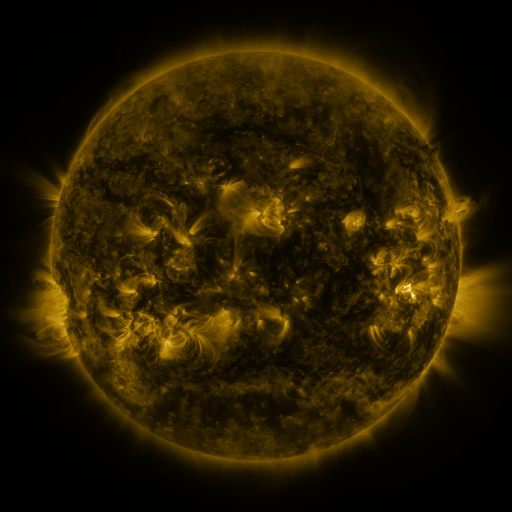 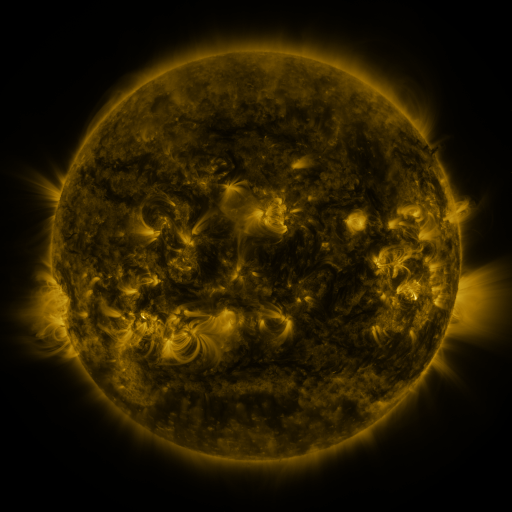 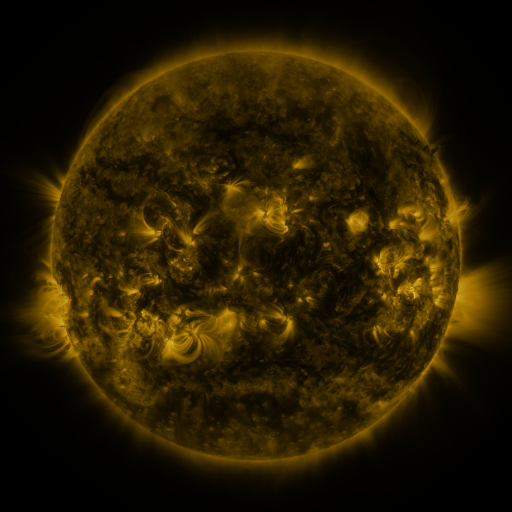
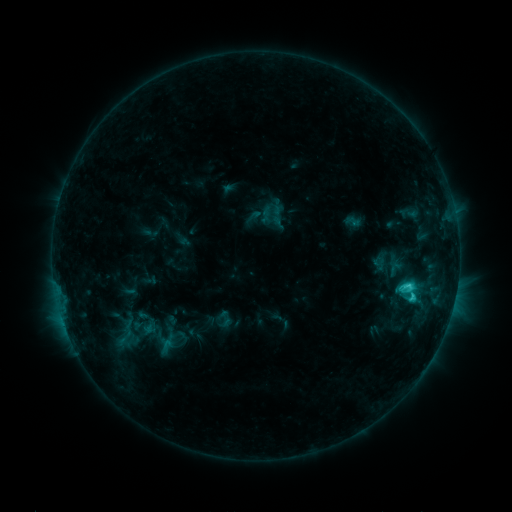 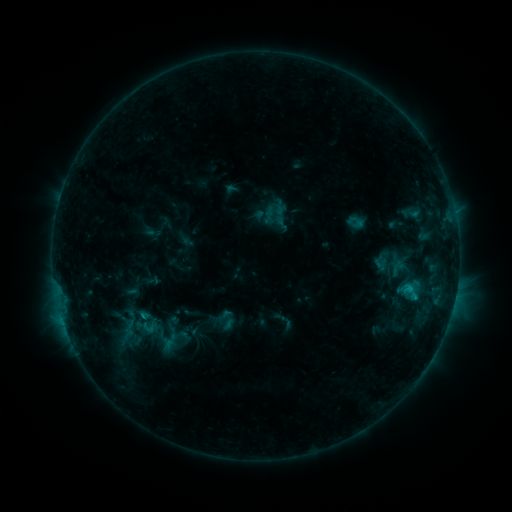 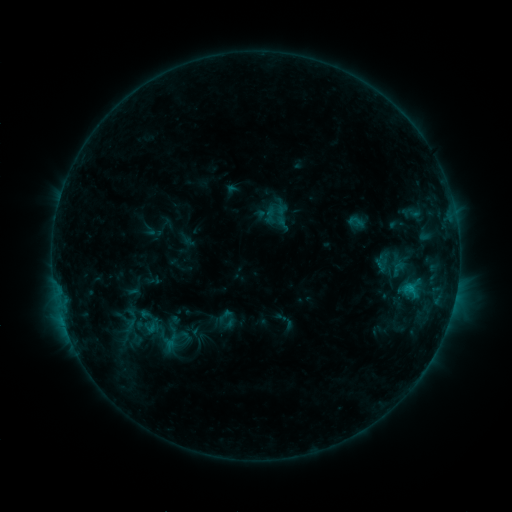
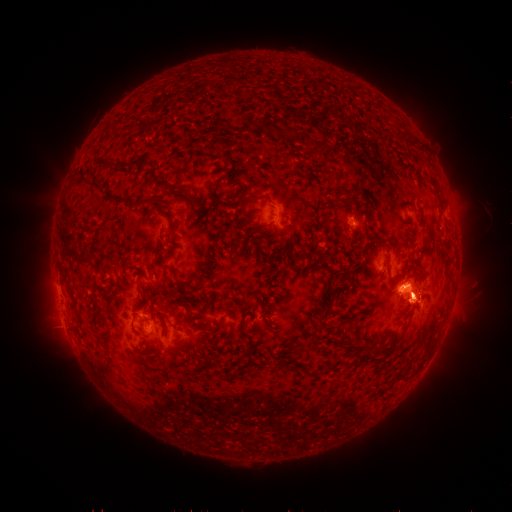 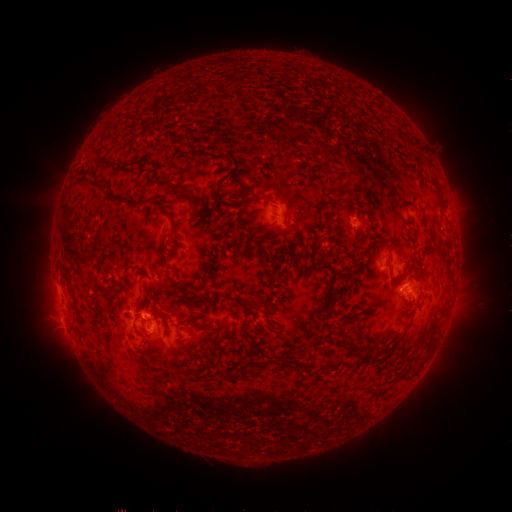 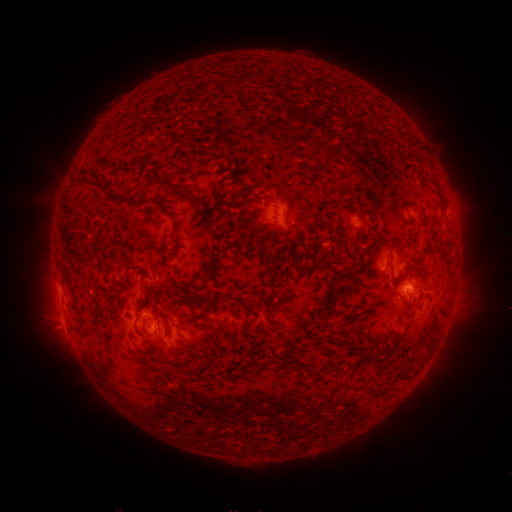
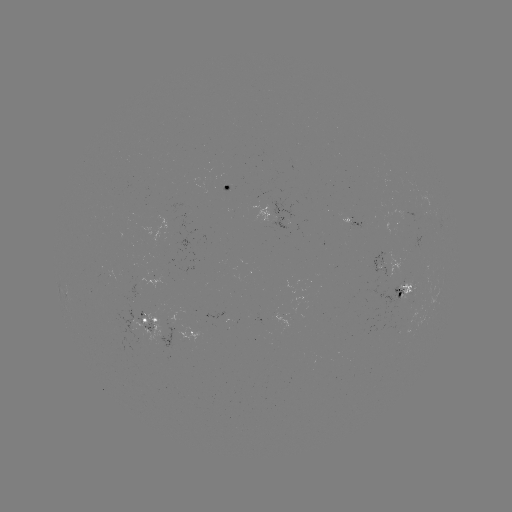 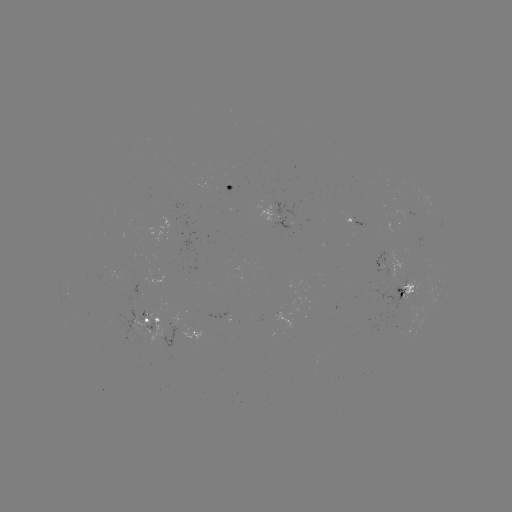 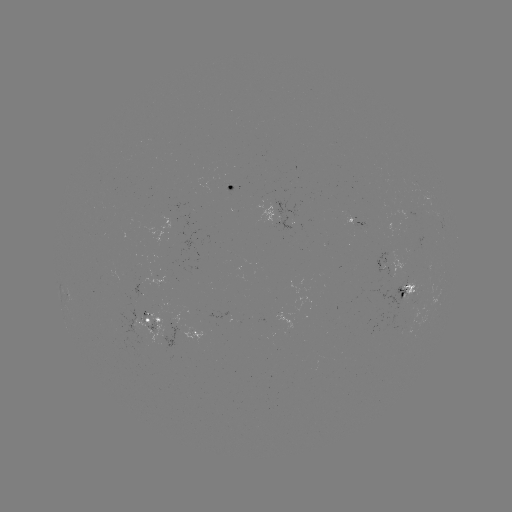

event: emerging-flux region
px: (401, 273)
